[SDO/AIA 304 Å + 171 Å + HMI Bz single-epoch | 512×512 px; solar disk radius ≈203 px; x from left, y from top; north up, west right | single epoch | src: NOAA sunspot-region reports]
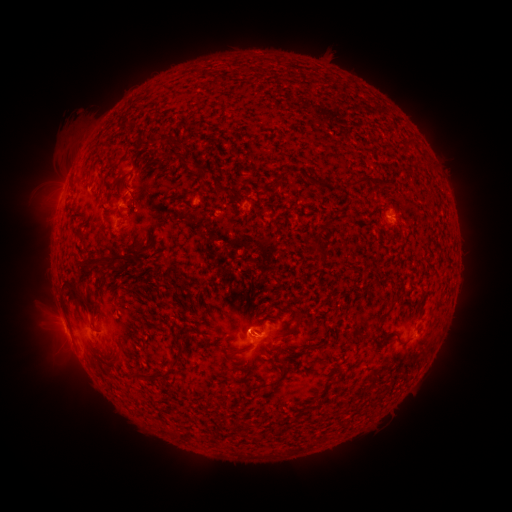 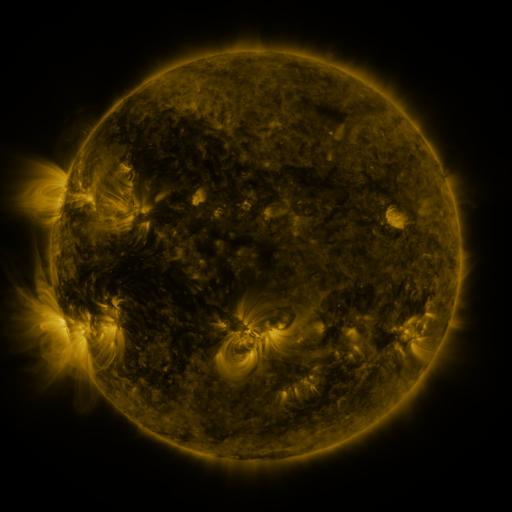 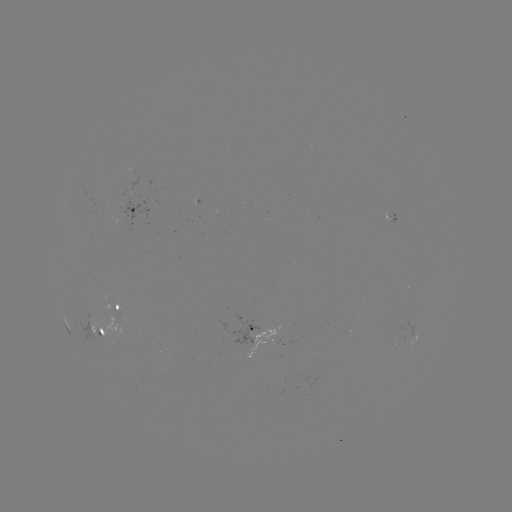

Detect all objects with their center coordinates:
spotted active region: (133, 210)
spotted active region: (119, 308)
spotted active region: (100, 332)
spotted active region: (256, 333)
spotted active region: (417, 338)
